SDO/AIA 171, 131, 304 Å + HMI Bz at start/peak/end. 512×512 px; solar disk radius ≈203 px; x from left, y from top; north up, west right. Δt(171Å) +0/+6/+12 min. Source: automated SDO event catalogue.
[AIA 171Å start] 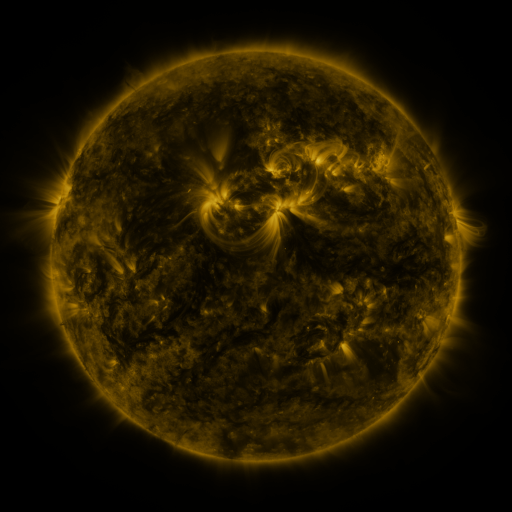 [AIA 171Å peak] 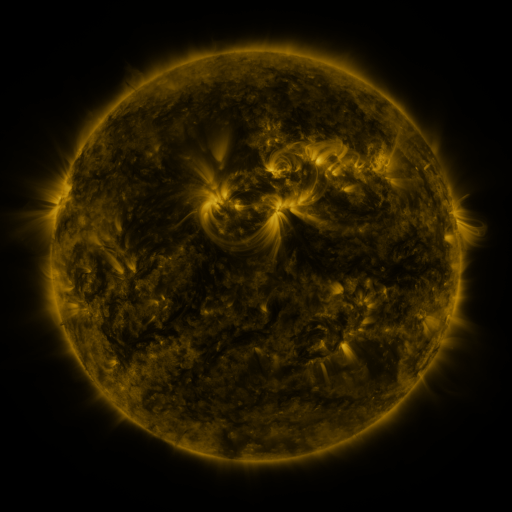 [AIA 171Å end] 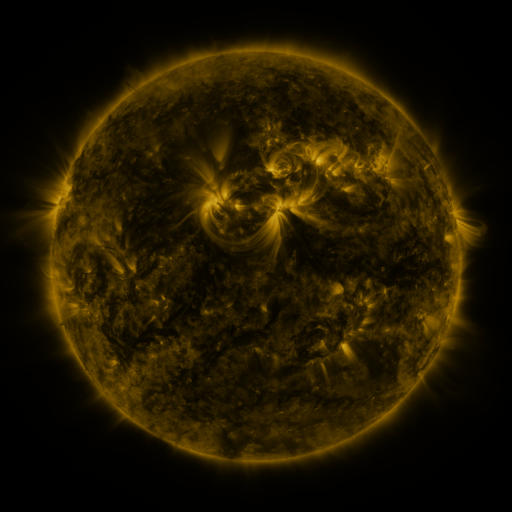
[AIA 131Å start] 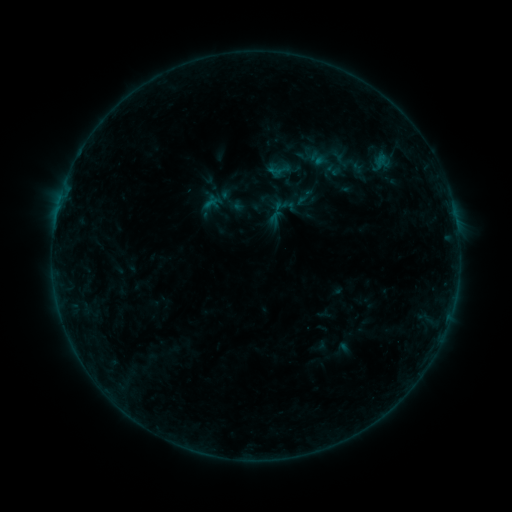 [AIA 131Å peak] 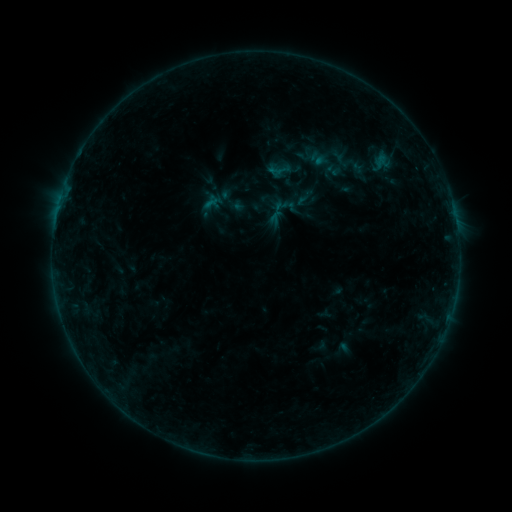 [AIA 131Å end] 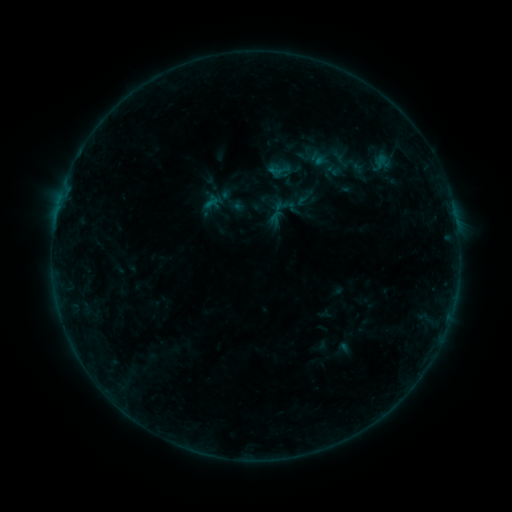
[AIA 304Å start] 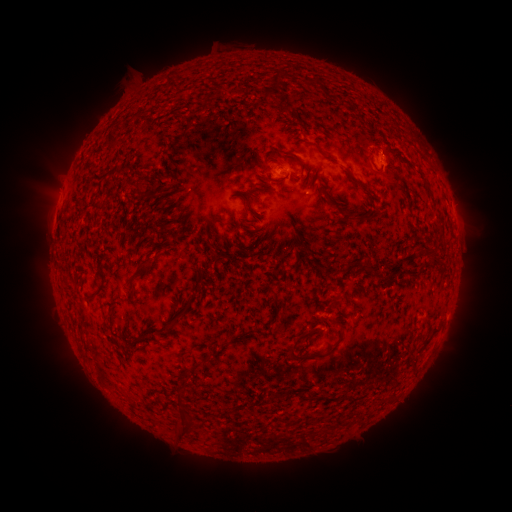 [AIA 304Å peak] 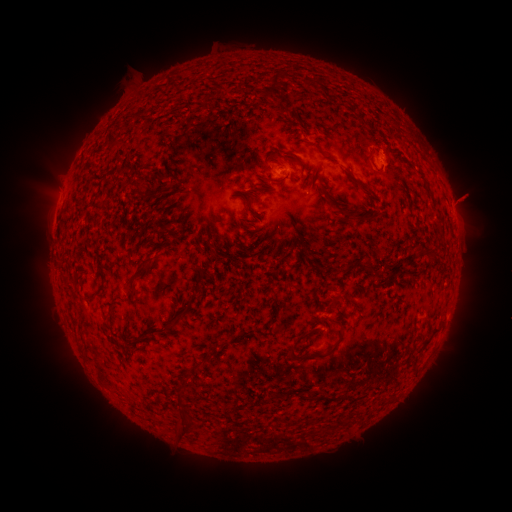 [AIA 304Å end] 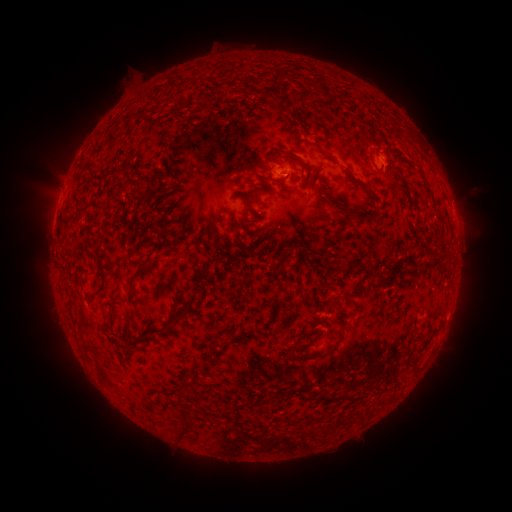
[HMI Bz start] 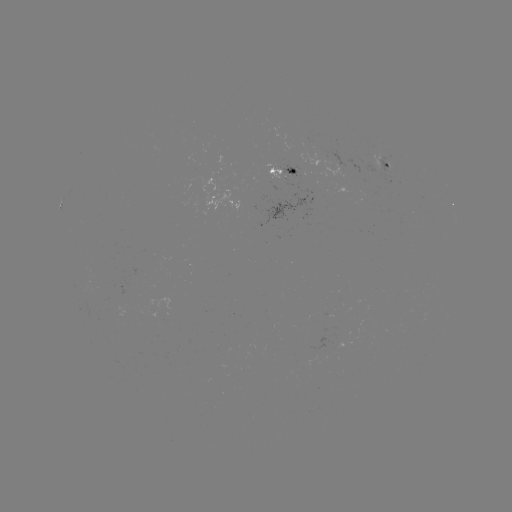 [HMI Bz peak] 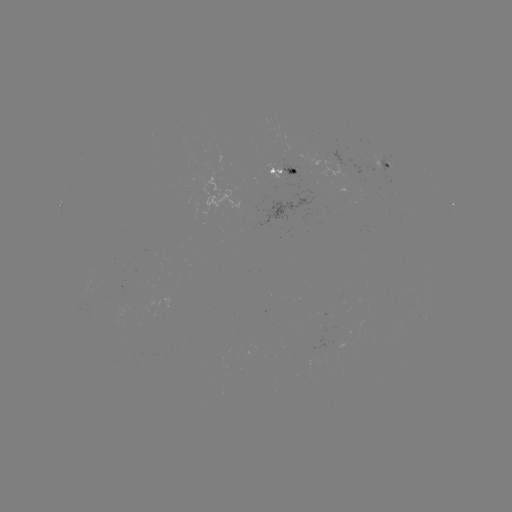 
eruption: <bbox>438, 174, 491, 226</bbox>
